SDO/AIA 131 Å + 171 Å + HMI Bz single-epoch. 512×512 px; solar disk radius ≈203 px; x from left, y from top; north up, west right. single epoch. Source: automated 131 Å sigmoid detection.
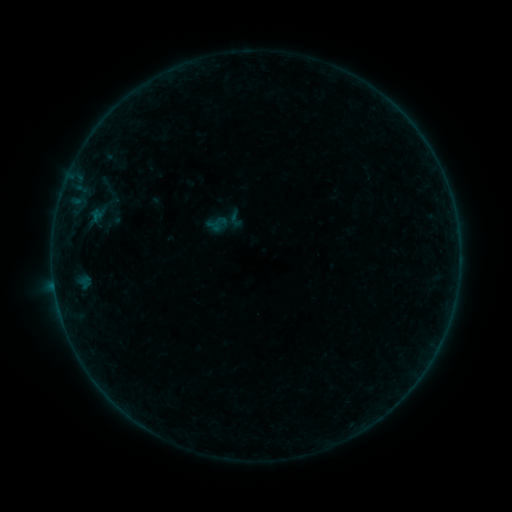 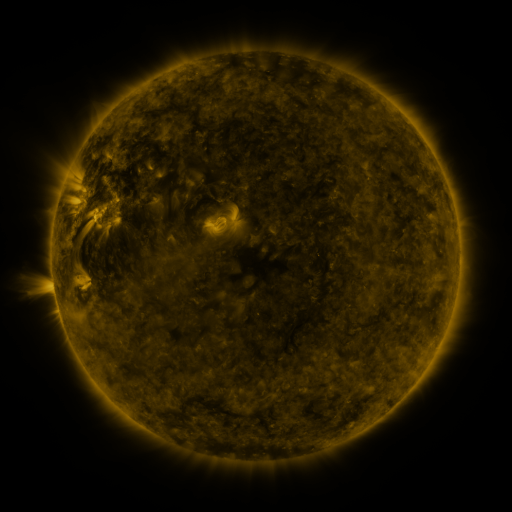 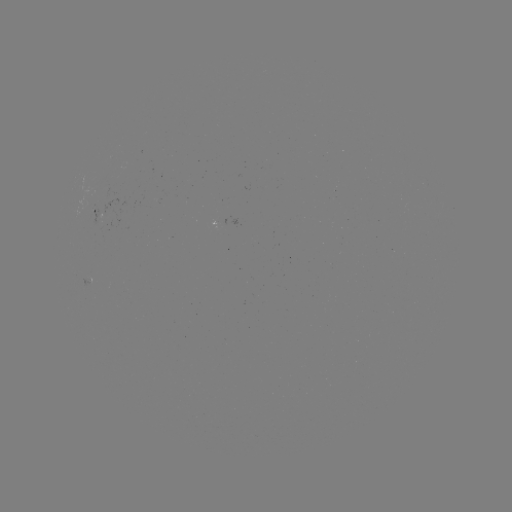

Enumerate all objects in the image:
sigmoid: (219, 224)
